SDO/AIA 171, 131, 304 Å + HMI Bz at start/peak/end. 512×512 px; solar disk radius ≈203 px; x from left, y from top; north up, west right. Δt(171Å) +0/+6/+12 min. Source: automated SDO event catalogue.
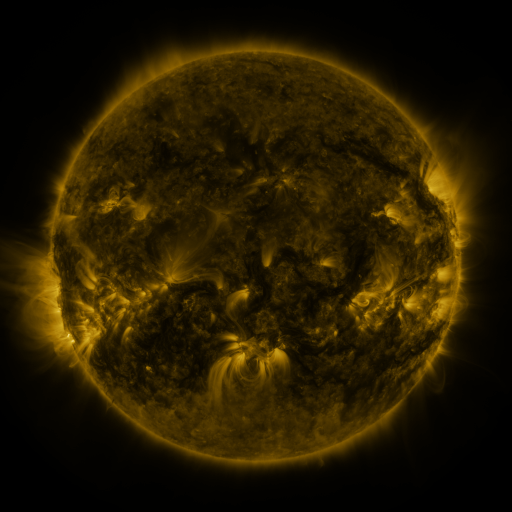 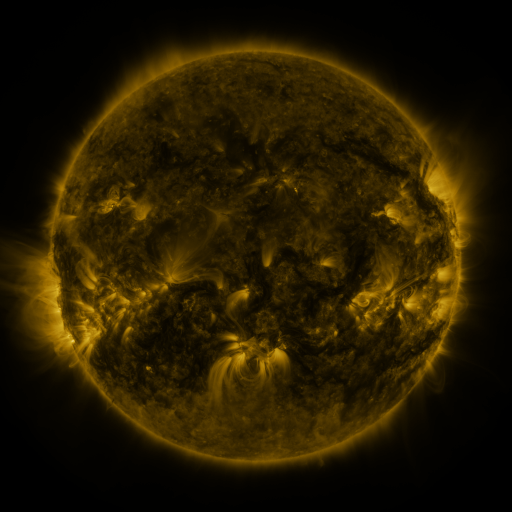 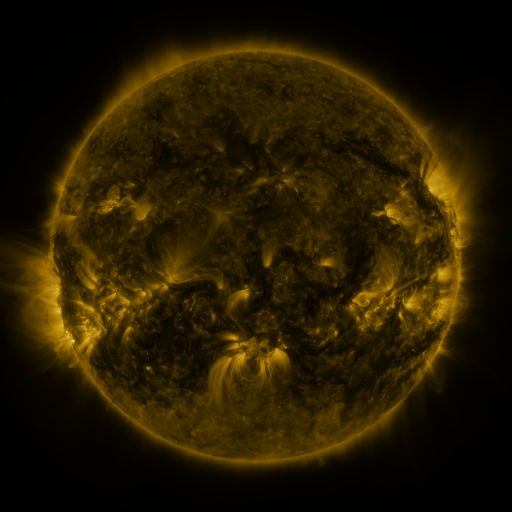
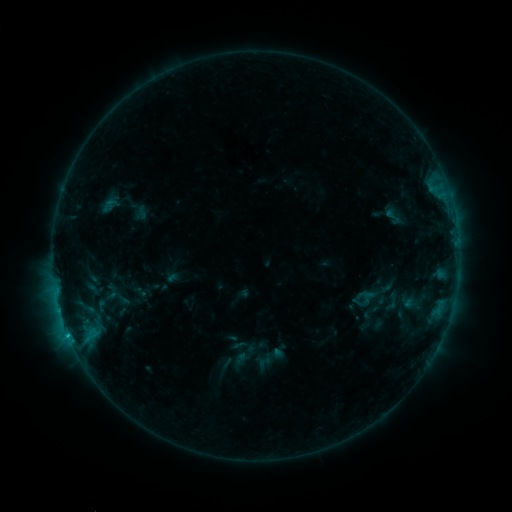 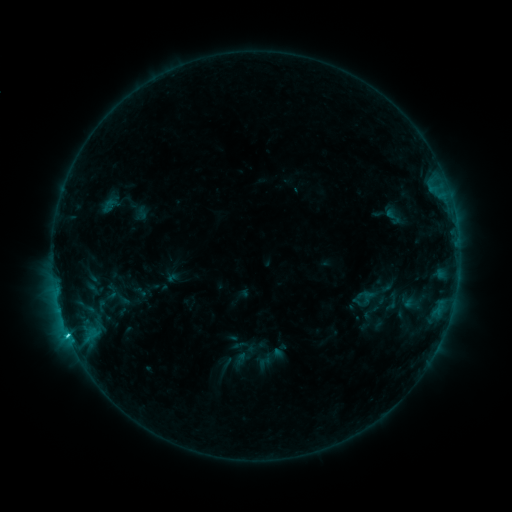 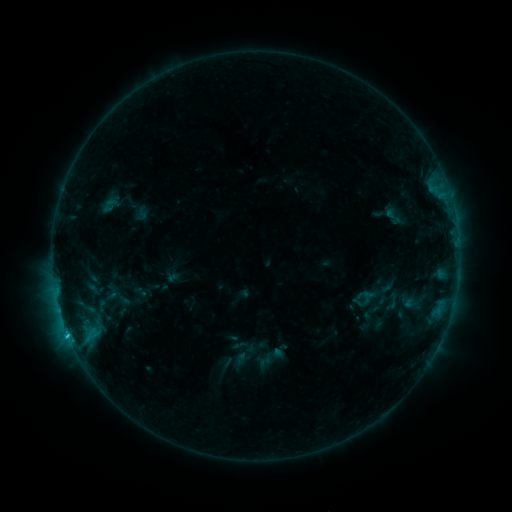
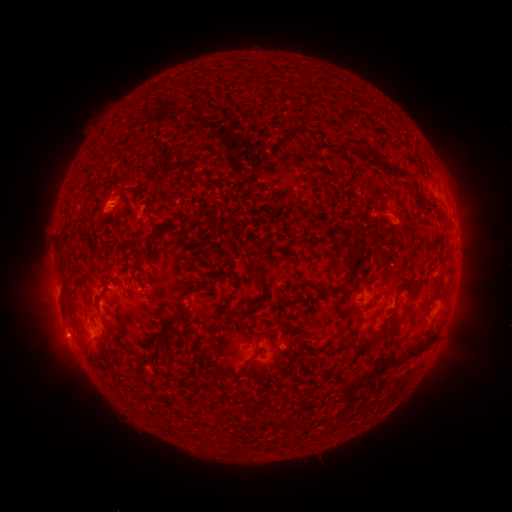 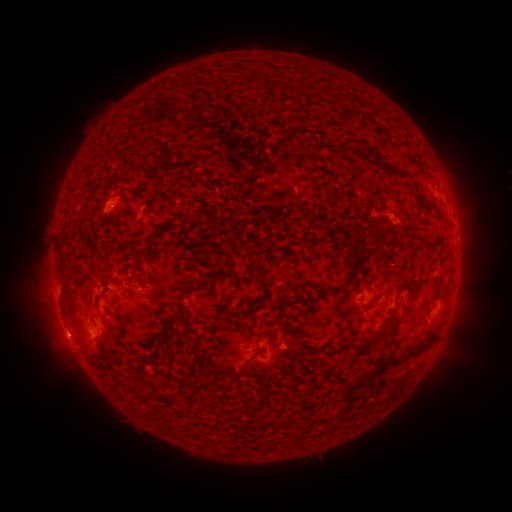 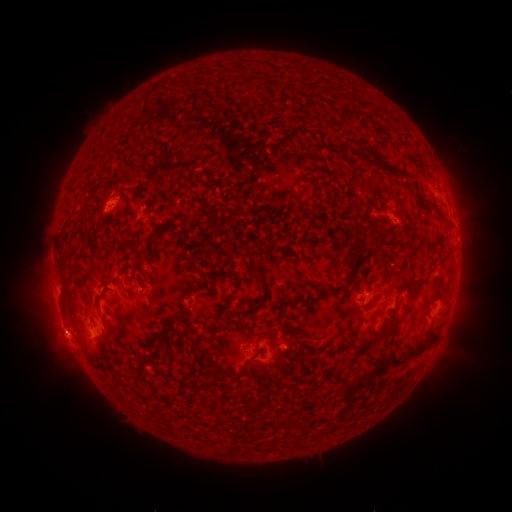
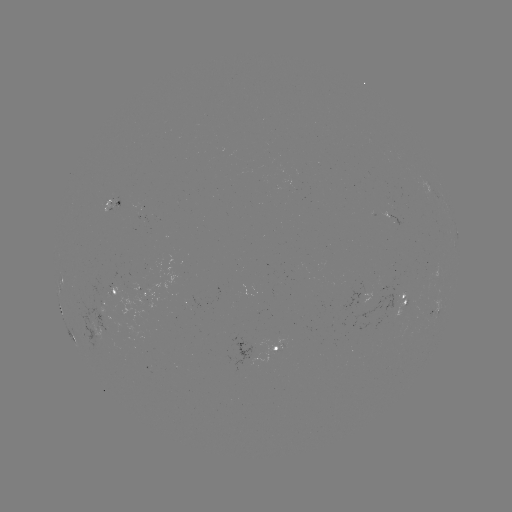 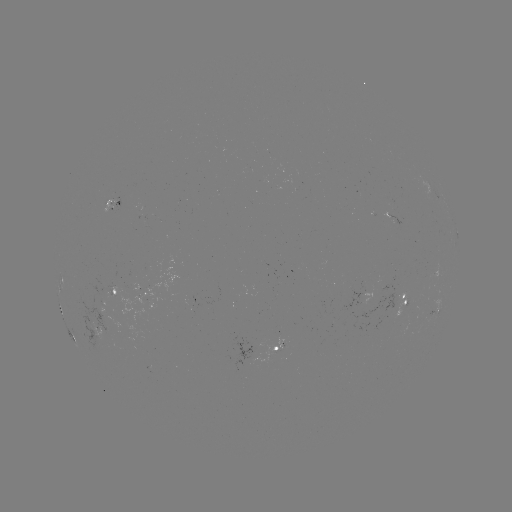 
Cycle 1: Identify C1.5 flare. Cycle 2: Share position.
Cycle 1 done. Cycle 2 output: [69, 334].